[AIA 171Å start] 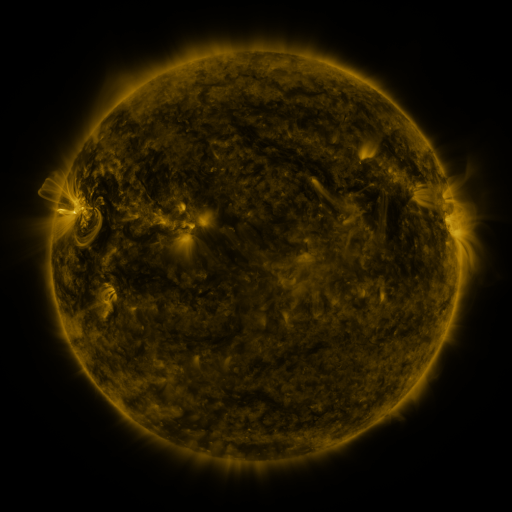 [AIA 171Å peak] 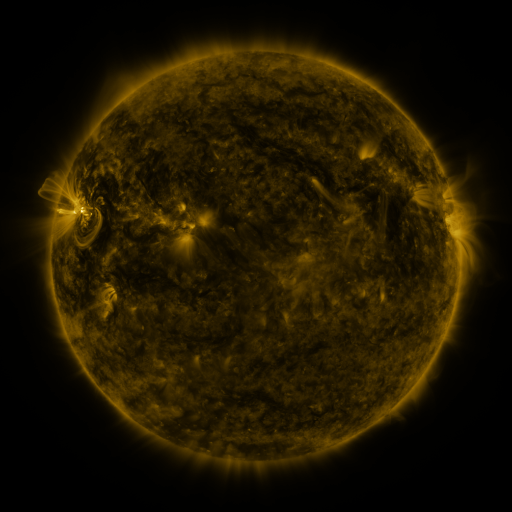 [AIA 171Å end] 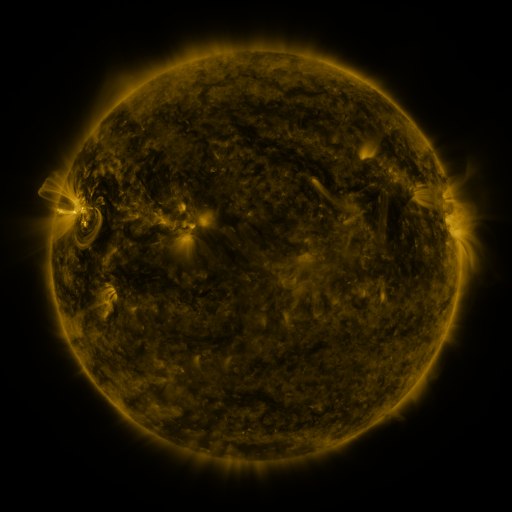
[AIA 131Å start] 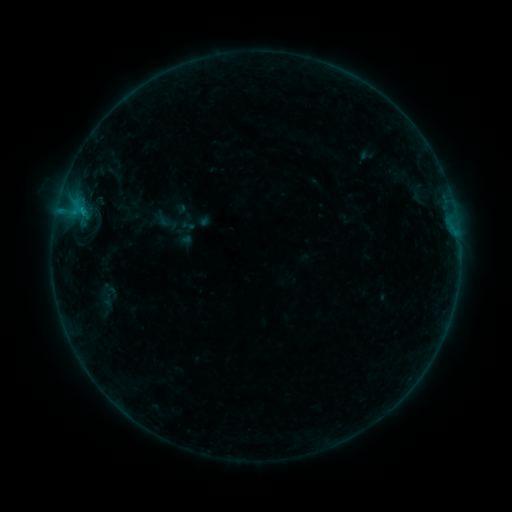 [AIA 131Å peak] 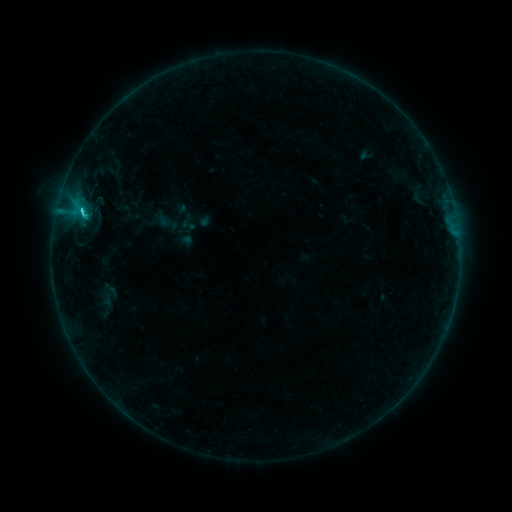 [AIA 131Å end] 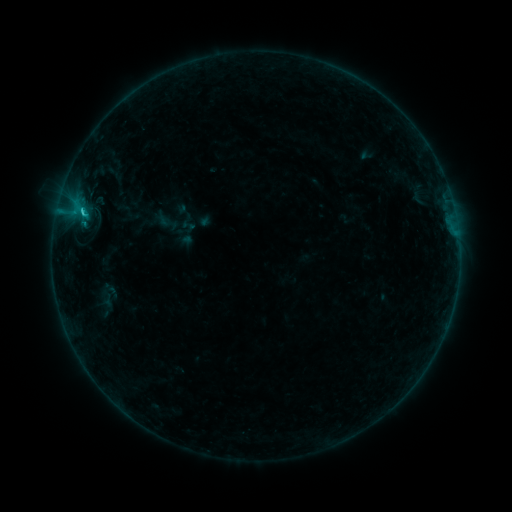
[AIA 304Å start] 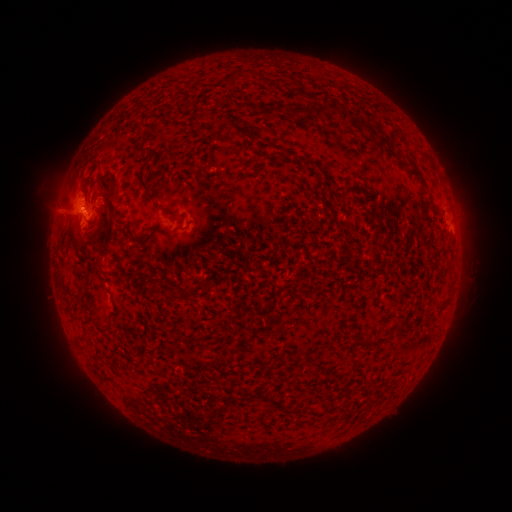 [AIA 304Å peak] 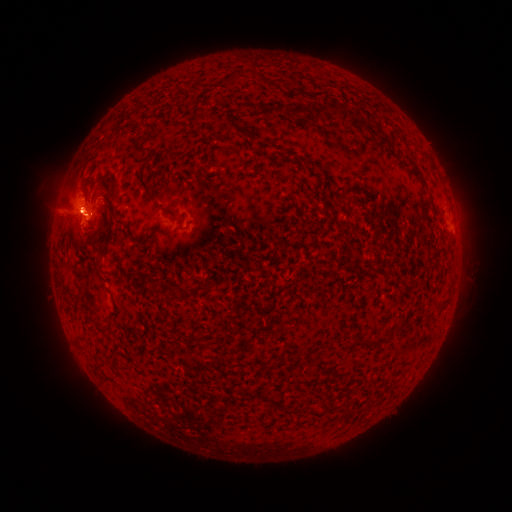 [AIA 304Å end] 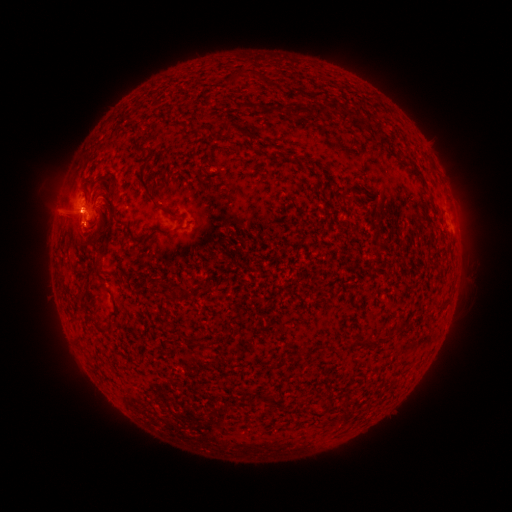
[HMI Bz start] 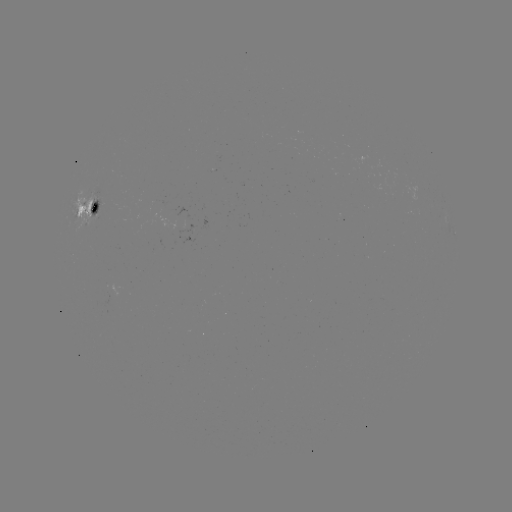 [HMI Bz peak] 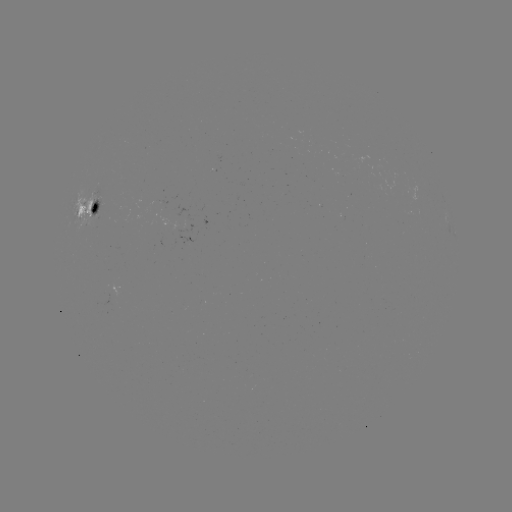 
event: flare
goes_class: C1.5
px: (83, 213)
